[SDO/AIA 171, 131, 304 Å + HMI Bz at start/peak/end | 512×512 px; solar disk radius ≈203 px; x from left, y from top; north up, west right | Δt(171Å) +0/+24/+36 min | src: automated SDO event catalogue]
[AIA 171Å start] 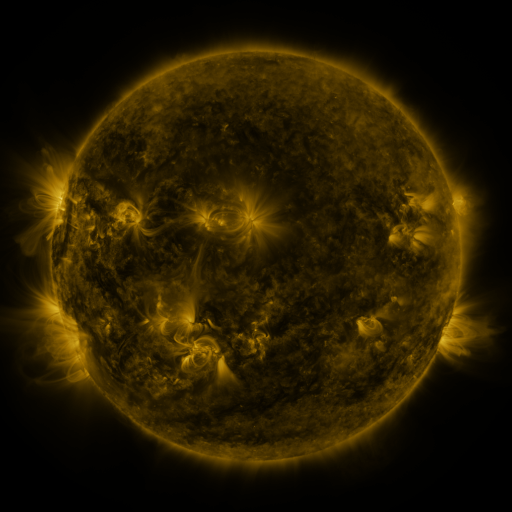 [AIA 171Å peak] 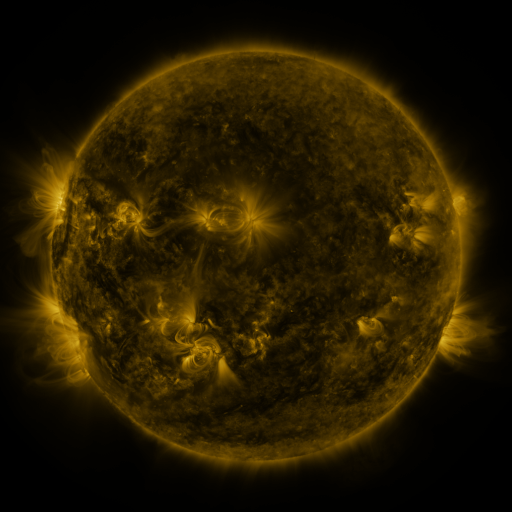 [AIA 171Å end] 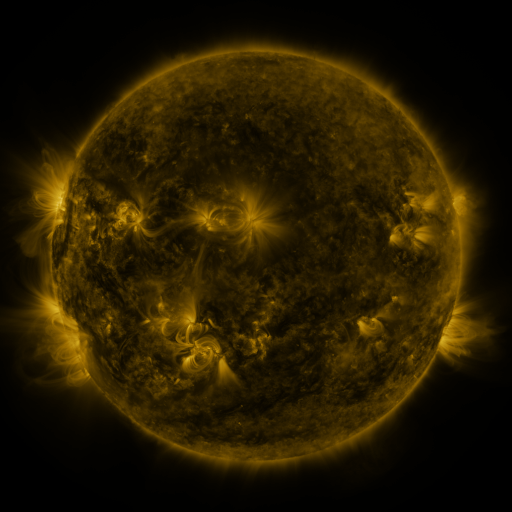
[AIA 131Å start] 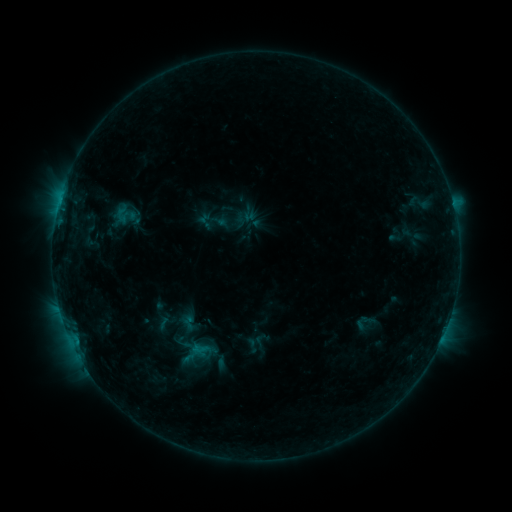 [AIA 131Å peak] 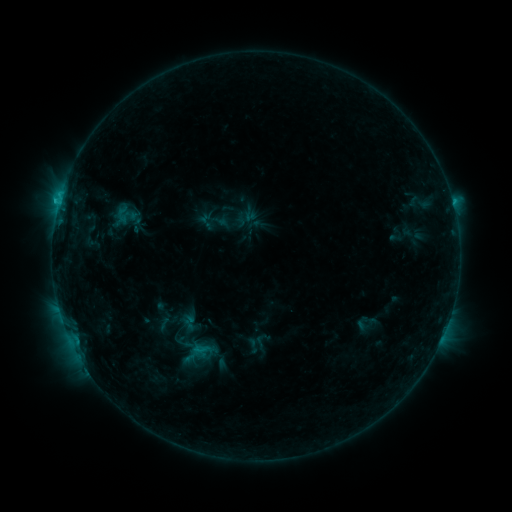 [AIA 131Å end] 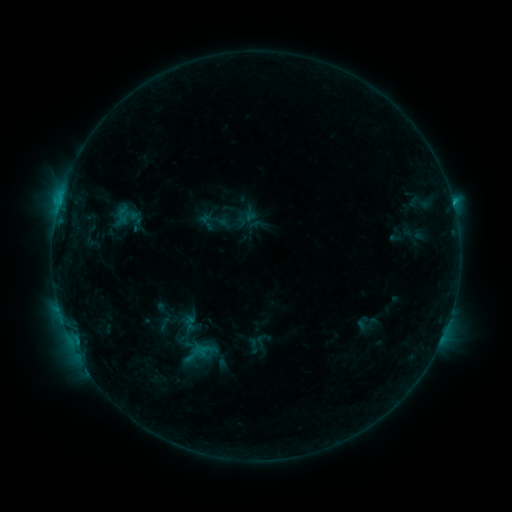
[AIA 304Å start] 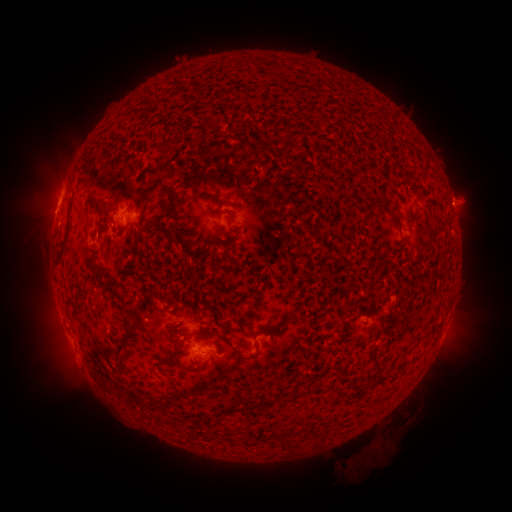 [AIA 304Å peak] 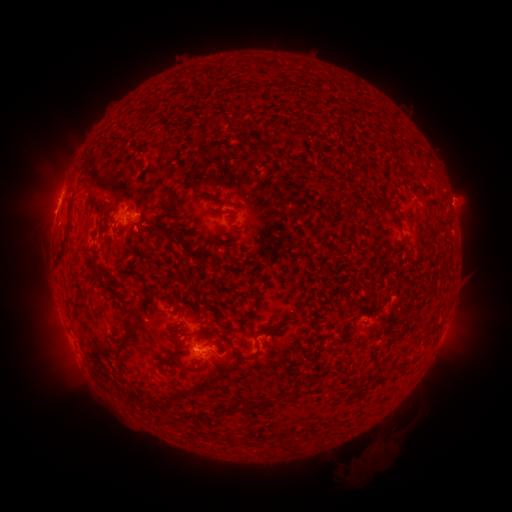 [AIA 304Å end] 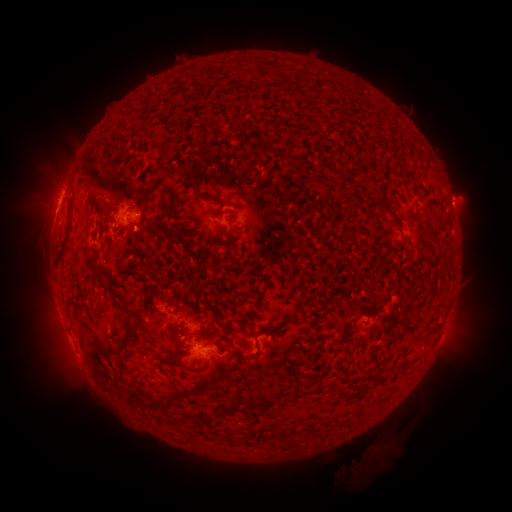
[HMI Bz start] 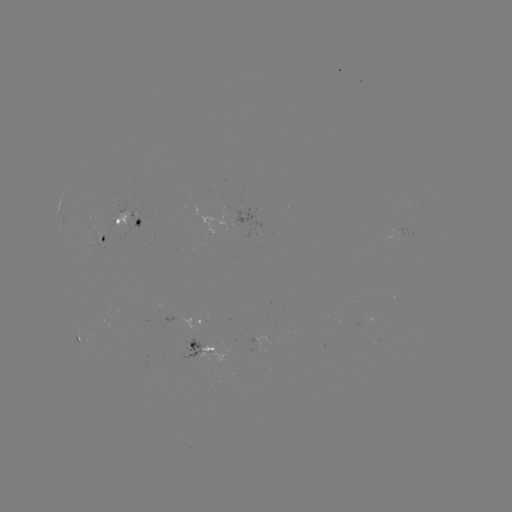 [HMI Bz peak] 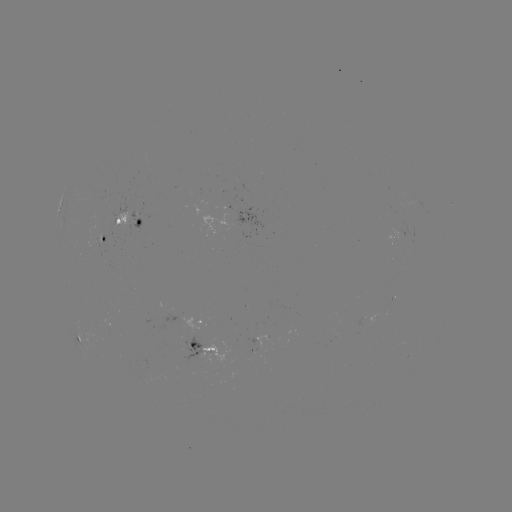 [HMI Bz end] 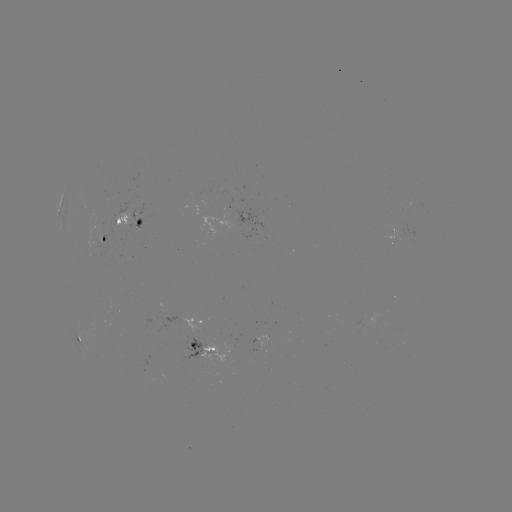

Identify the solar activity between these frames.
C1.1 flare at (59, 203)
